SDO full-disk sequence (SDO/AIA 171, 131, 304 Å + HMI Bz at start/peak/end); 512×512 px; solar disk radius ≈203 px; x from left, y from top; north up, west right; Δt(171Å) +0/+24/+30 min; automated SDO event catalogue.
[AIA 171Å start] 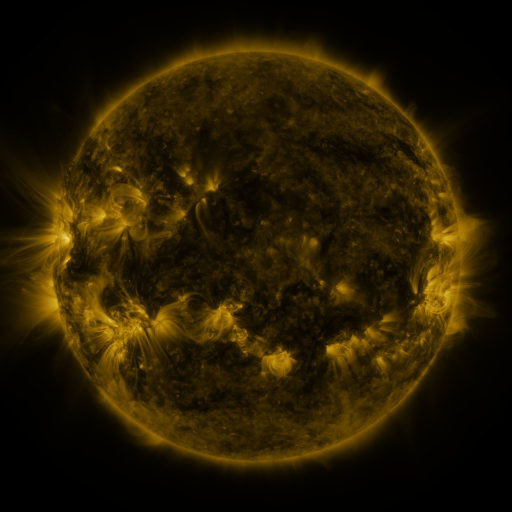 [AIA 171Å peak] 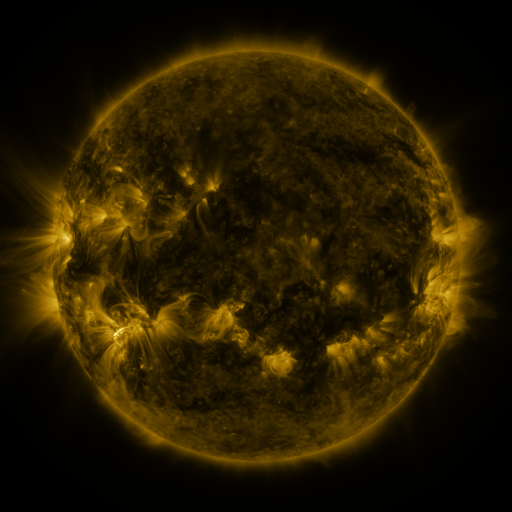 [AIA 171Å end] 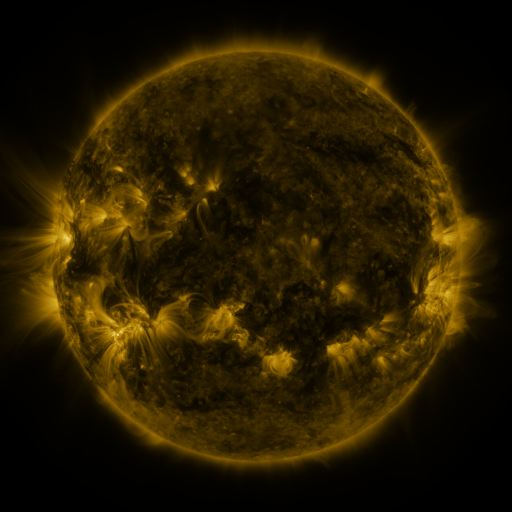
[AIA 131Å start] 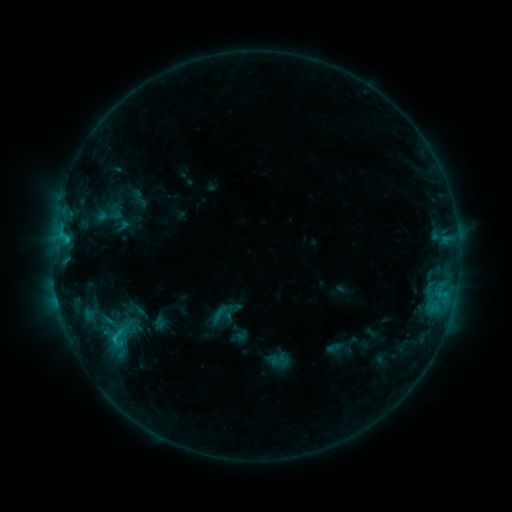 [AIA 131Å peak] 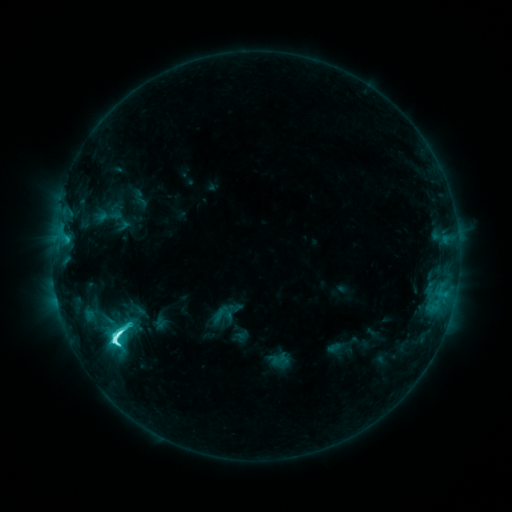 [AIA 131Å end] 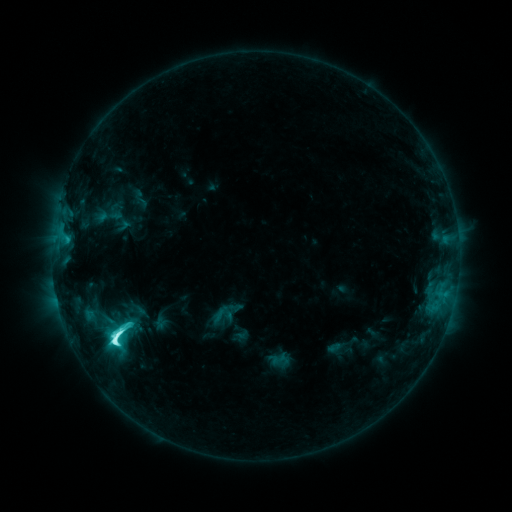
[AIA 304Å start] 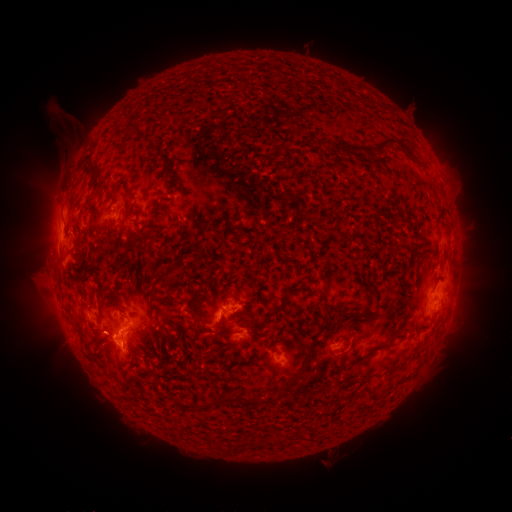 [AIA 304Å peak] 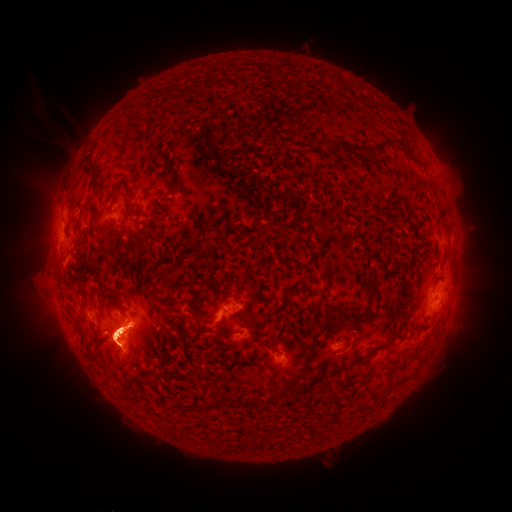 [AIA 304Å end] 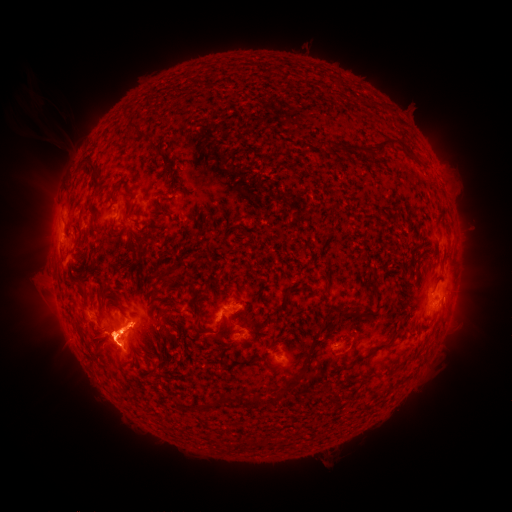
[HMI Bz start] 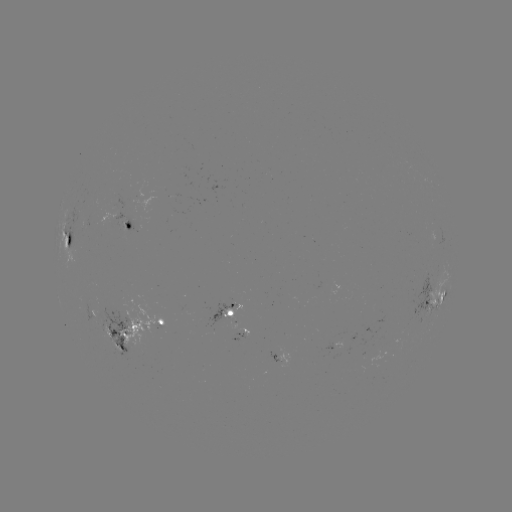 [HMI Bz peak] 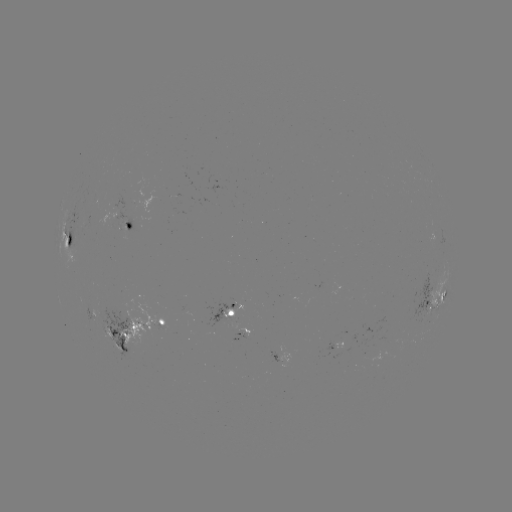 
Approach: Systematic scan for M1.4 flare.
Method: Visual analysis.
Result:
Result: M1.4 flare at (118, 332).